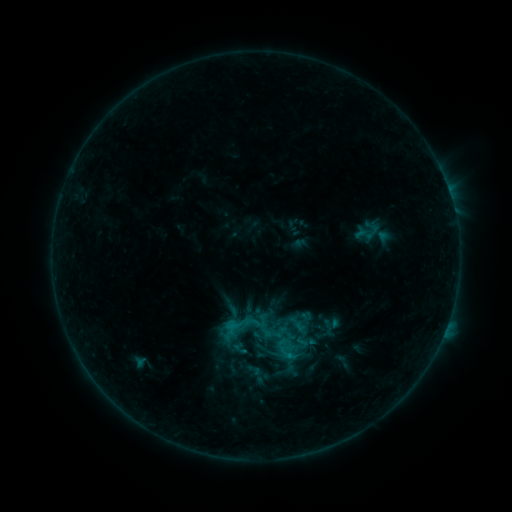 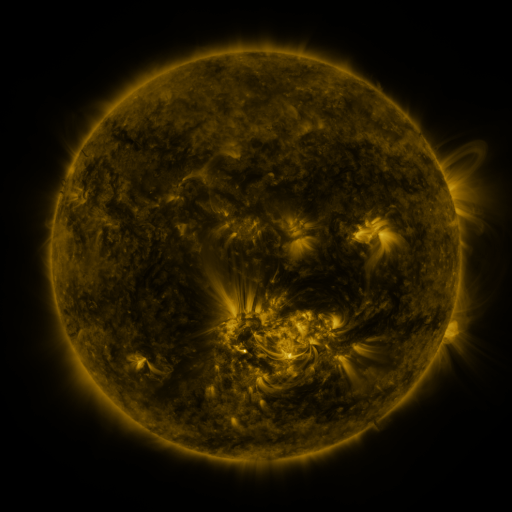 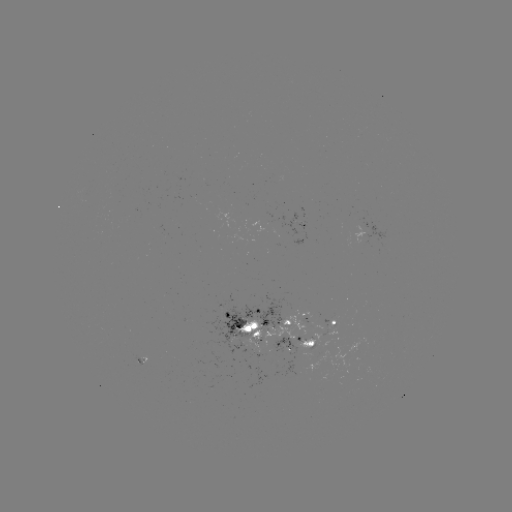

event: sigmoid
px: (248, 326)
